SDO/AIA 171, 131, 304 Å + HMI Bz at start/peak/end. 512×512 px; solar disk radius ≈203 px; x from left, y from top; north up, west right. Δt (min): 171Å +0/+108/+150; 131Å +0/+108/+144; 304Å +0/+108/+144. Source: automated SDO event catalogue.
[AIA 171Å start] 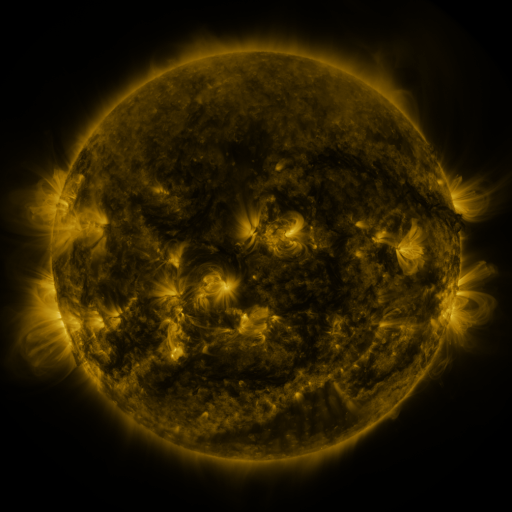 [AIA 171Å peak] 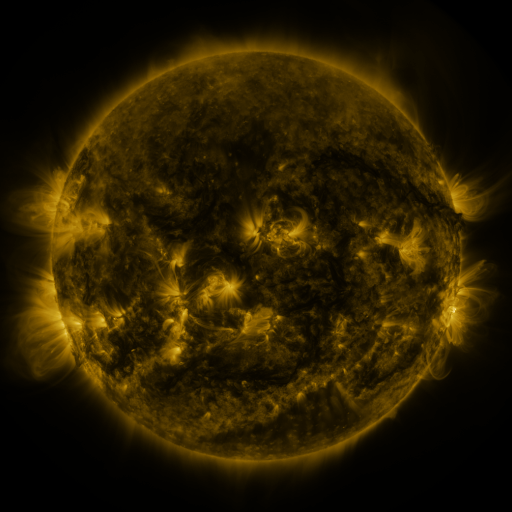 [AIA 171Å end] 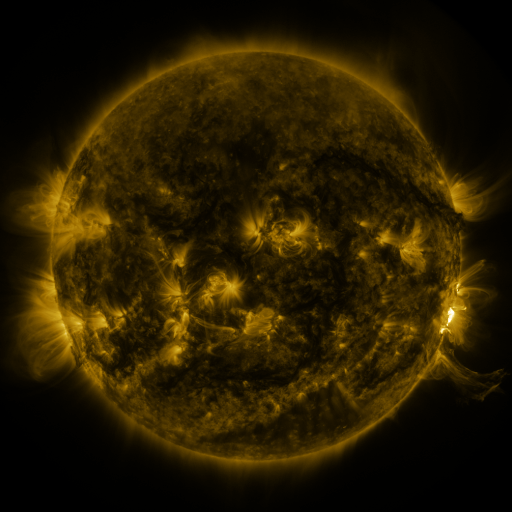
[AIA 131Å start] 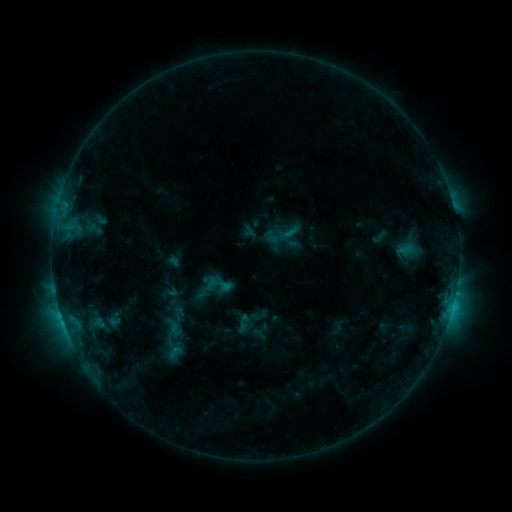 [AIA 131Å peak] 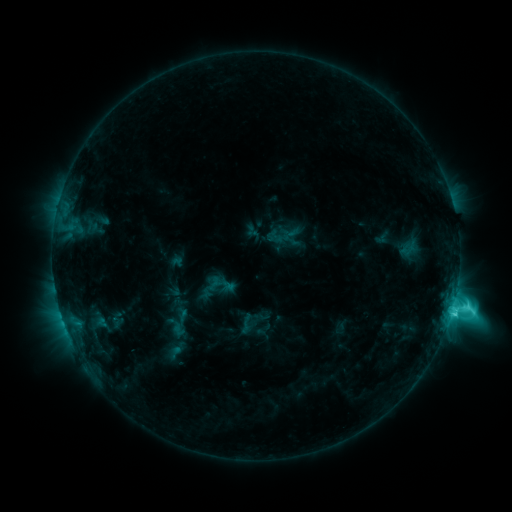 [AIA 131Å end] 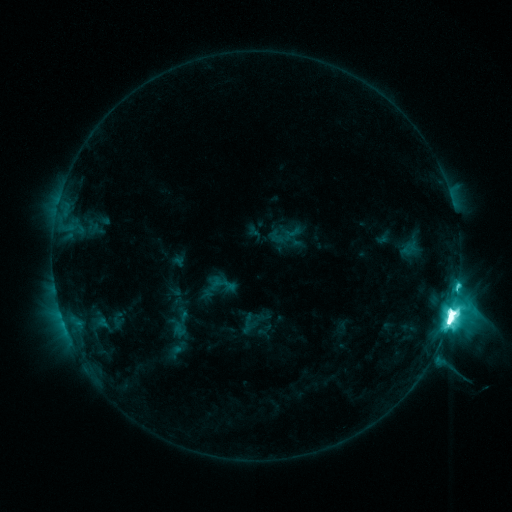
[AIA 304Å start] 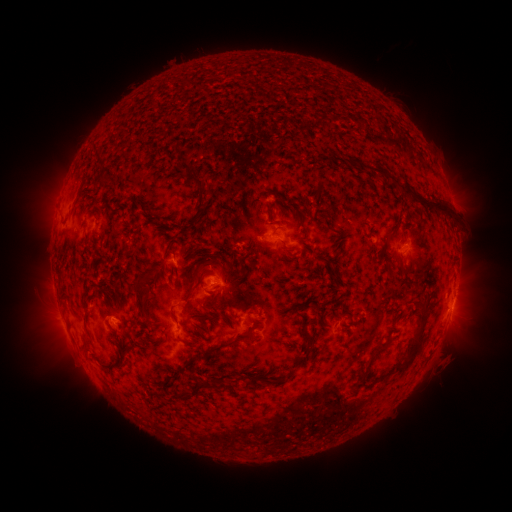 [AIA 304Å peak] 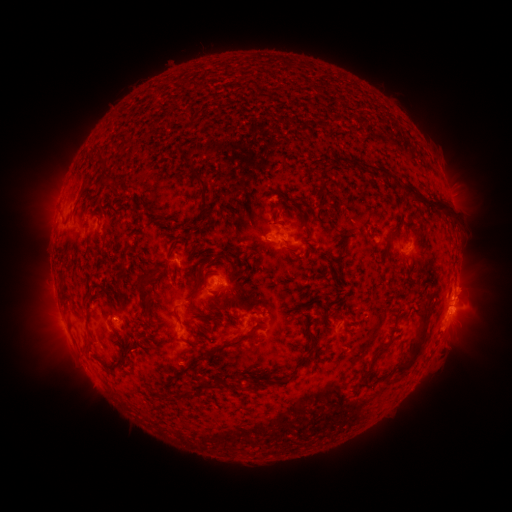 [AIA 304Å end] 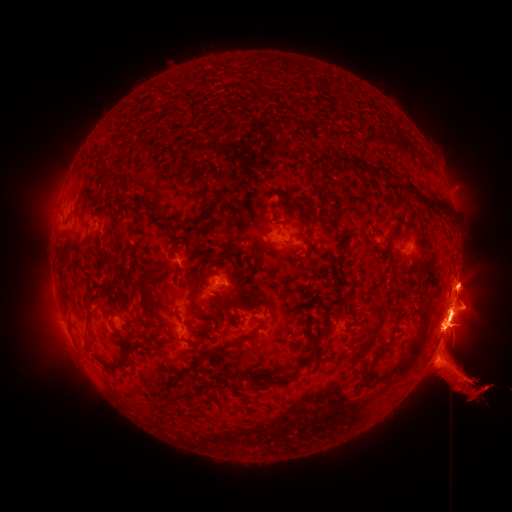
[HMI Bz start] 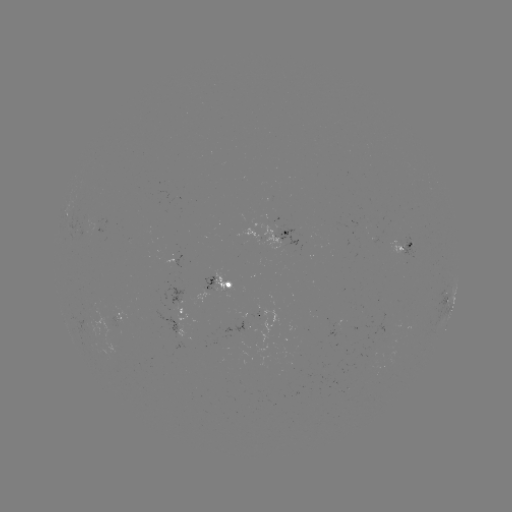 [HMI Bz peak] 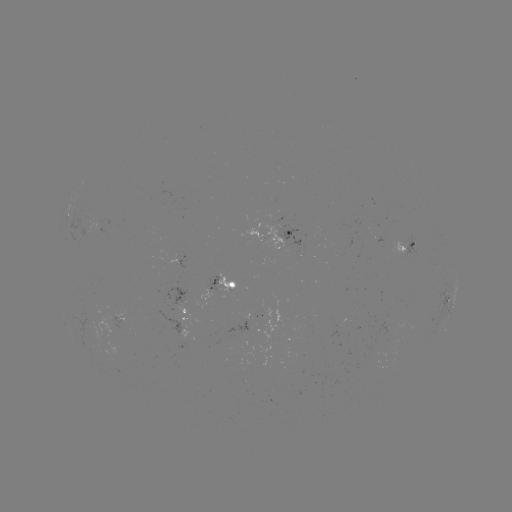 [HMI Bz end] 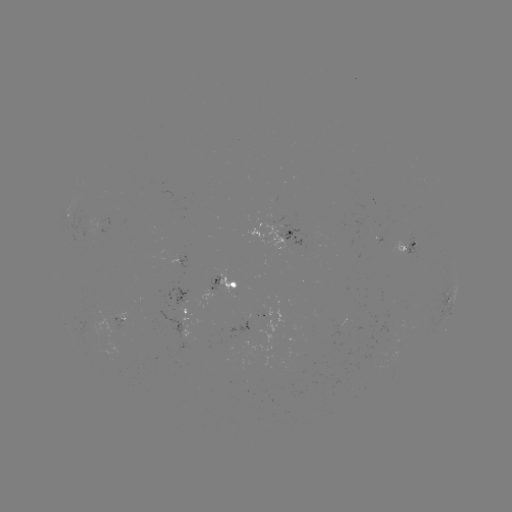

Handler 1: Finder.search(emerging-flux region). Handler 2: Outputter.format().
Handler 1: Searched emerging-flux region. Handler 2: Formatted (410, 239).